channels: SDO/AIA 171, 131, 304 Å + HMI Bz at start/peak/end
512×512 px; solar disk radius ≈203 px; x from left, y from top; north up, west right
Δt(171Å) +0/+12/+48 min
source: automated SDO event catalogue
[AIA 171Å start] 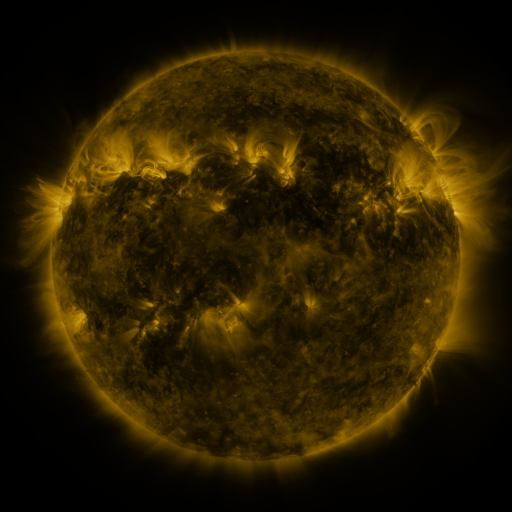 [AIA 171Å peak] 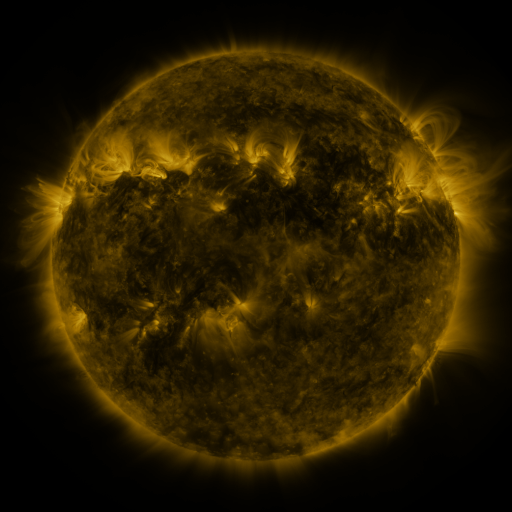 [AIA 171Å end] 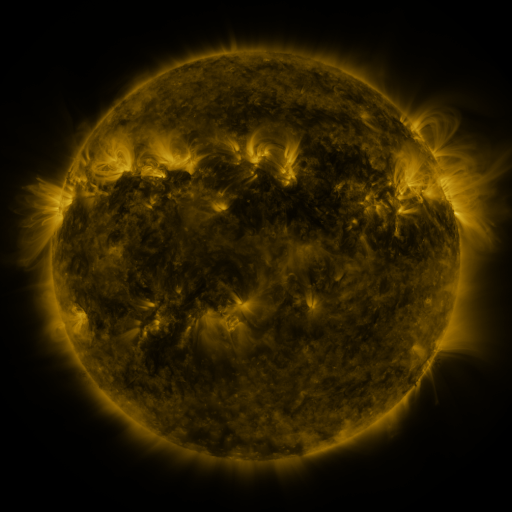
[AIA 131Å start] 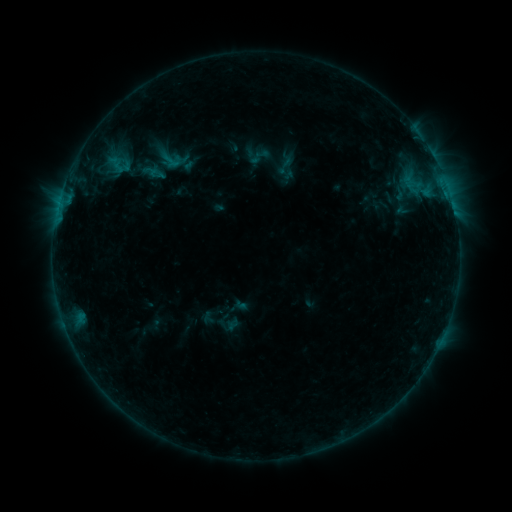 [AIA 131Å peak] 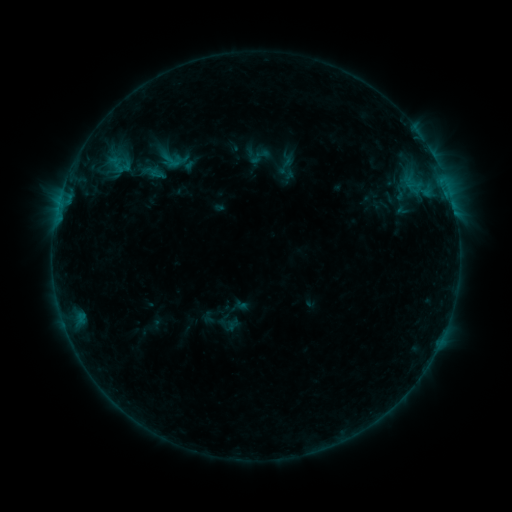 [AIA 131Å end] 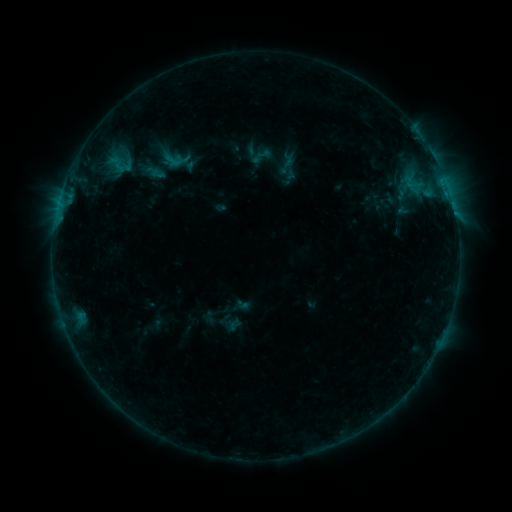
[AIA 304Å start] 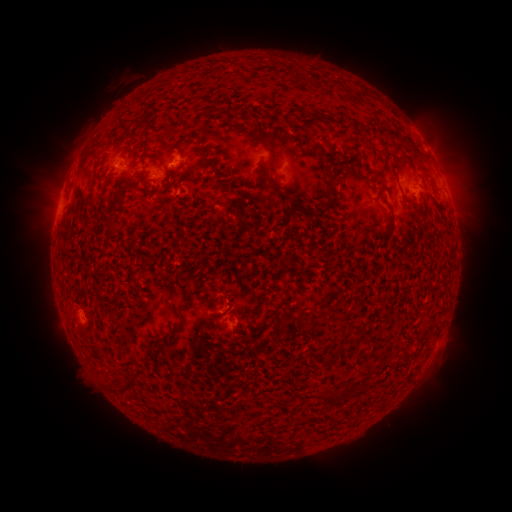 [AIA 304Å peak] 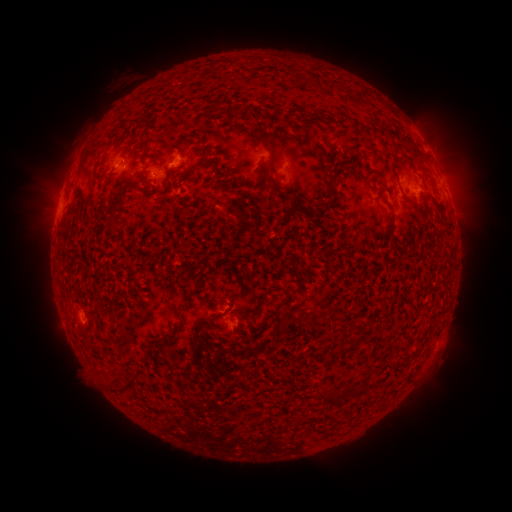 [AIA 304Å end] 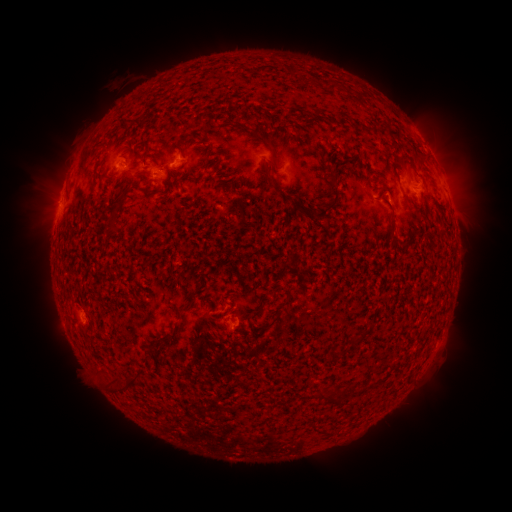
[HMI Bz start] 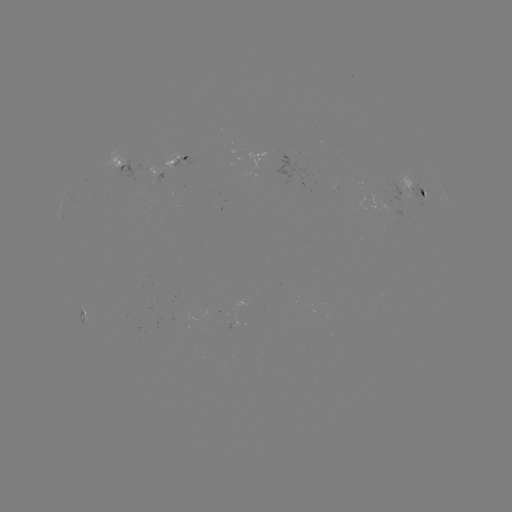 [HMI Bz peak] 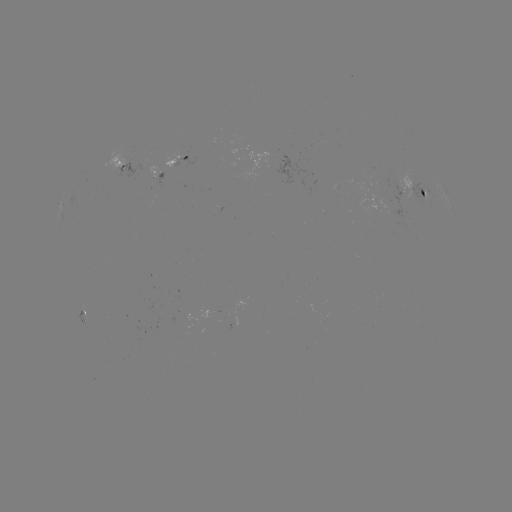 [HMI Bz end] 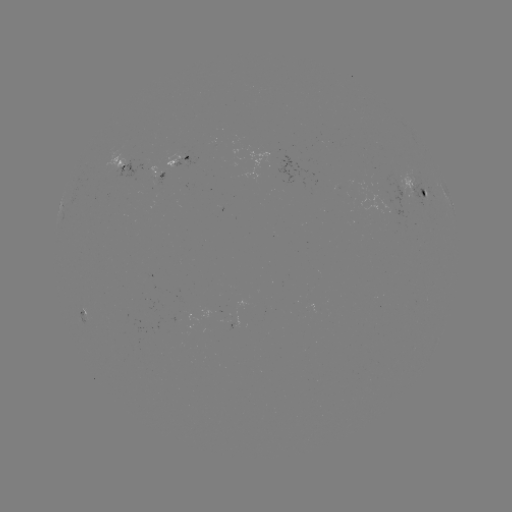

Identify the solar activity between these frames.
emerging-flux region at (122, 168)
